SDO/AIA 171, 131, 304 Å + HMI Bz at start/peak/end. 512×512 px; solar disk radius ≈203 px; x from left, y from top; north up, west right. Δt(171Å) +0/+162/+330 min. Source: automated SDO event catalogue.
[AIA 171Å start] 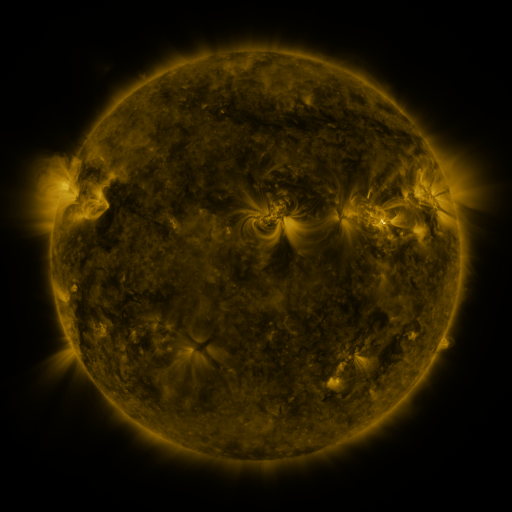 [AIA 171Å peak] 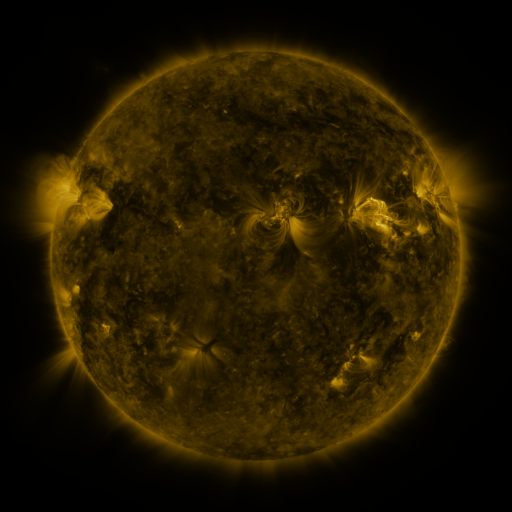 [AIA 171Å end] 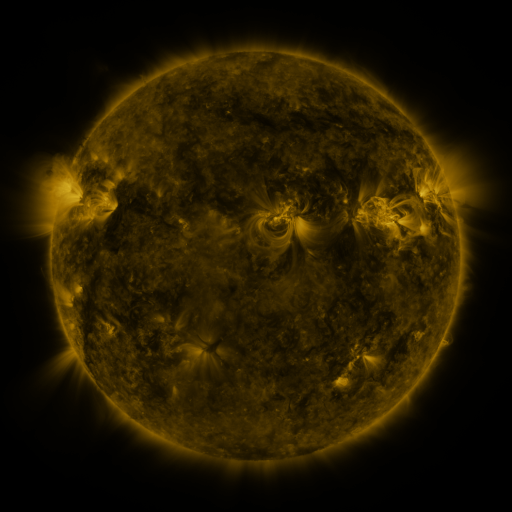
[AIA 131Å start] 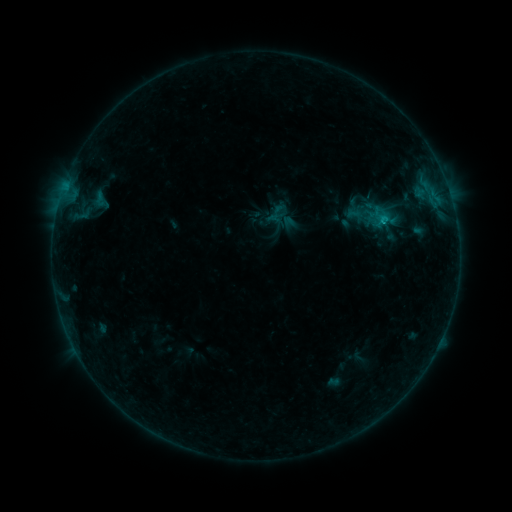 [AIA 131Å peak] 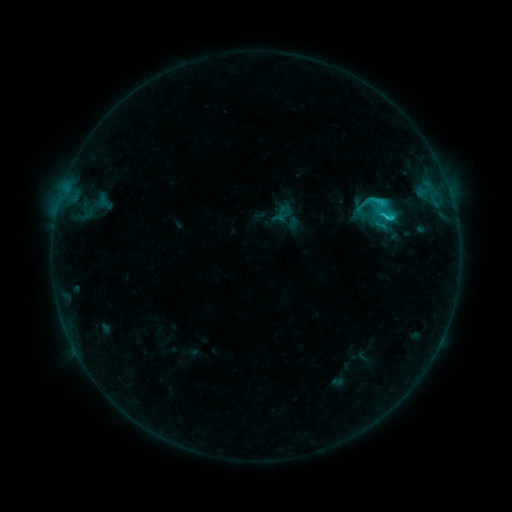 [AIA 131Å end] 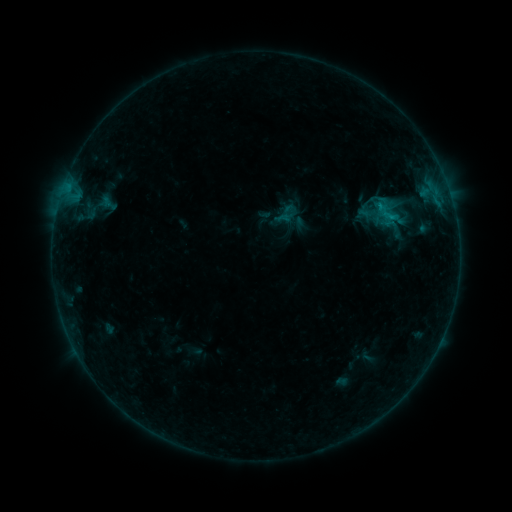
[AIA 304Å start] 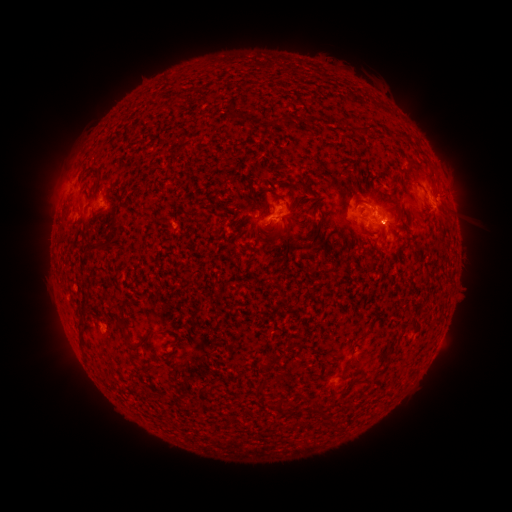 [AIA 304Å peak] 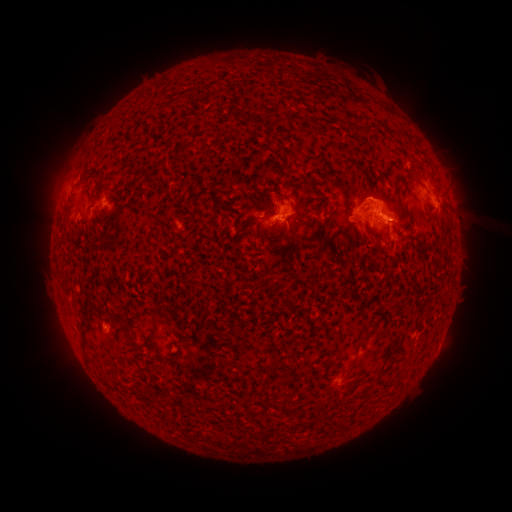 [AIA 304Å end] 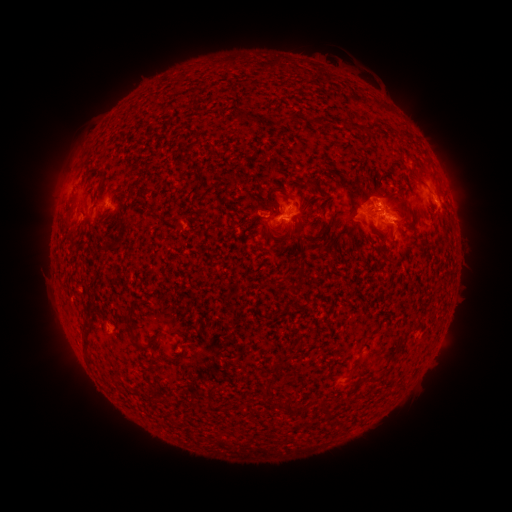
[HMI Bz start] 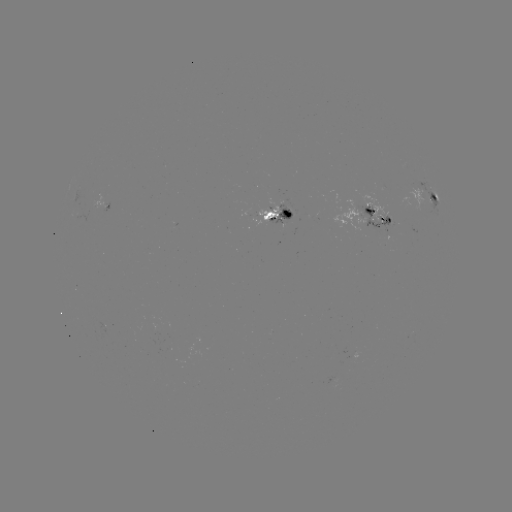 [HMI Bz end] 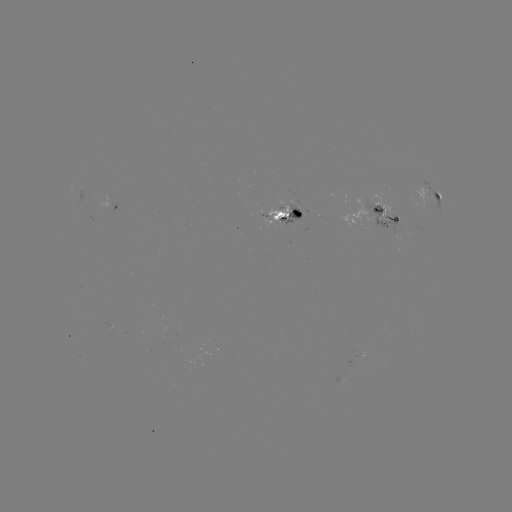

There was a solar filament eruption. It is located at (383, 211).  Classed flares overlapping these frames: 2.